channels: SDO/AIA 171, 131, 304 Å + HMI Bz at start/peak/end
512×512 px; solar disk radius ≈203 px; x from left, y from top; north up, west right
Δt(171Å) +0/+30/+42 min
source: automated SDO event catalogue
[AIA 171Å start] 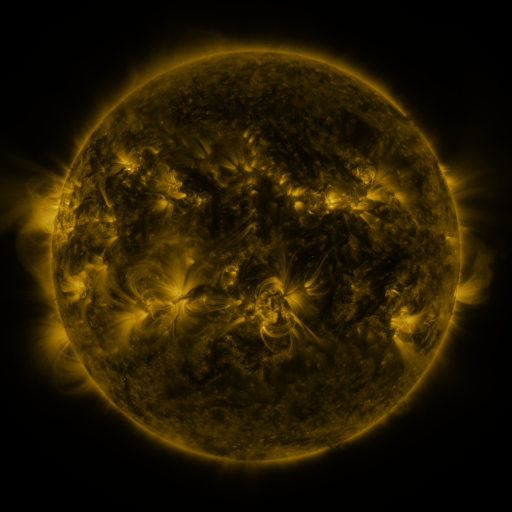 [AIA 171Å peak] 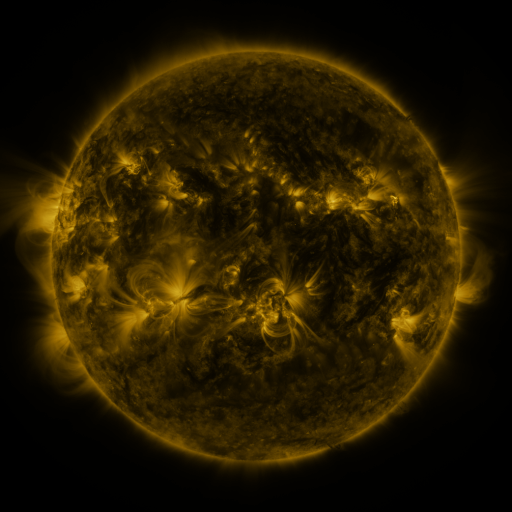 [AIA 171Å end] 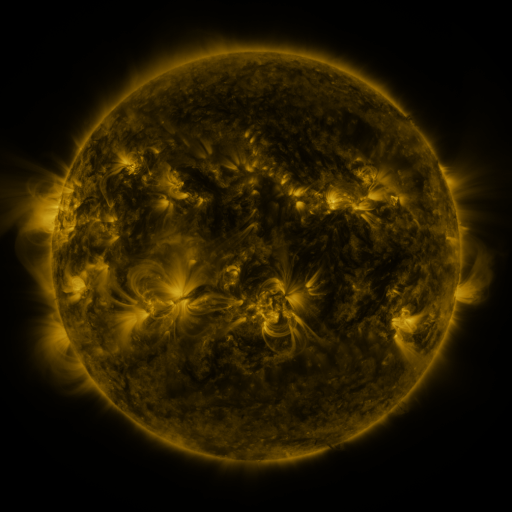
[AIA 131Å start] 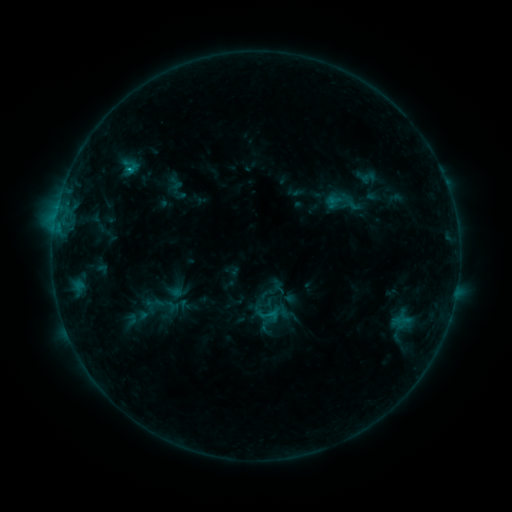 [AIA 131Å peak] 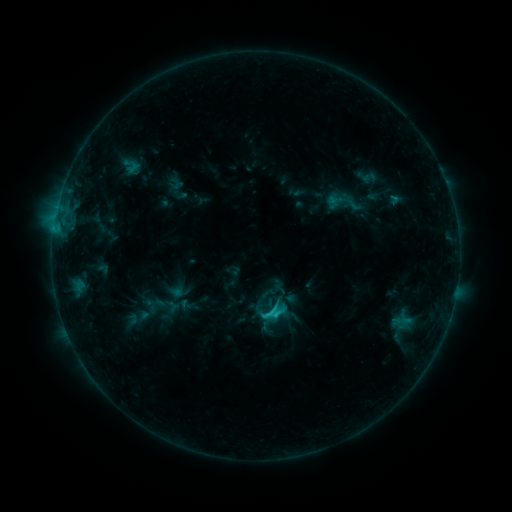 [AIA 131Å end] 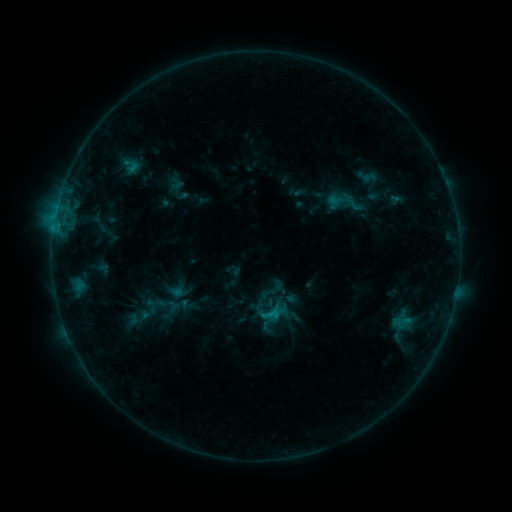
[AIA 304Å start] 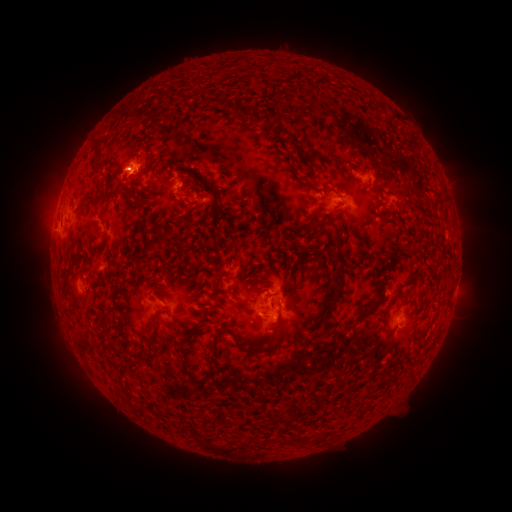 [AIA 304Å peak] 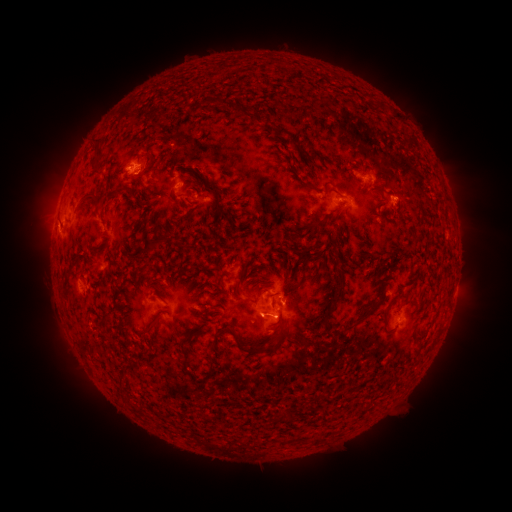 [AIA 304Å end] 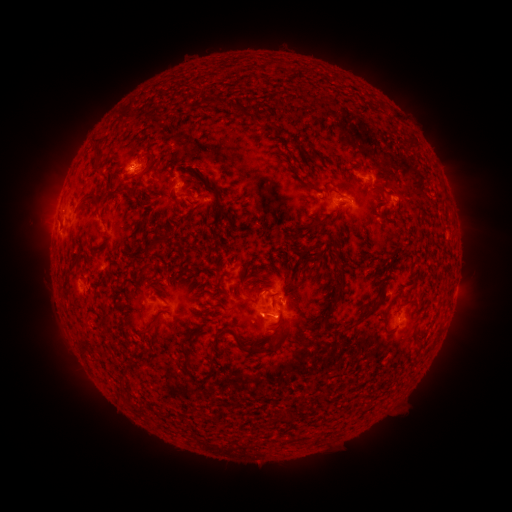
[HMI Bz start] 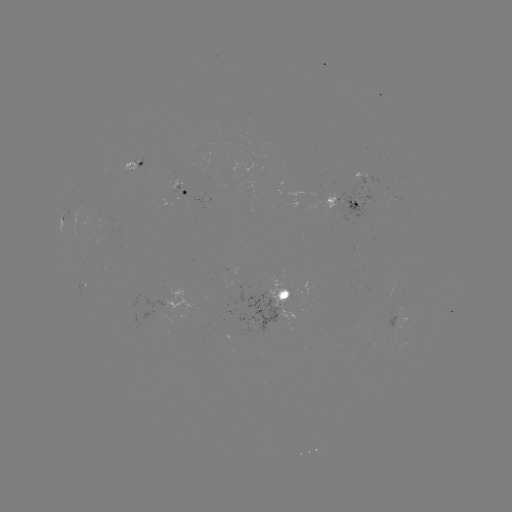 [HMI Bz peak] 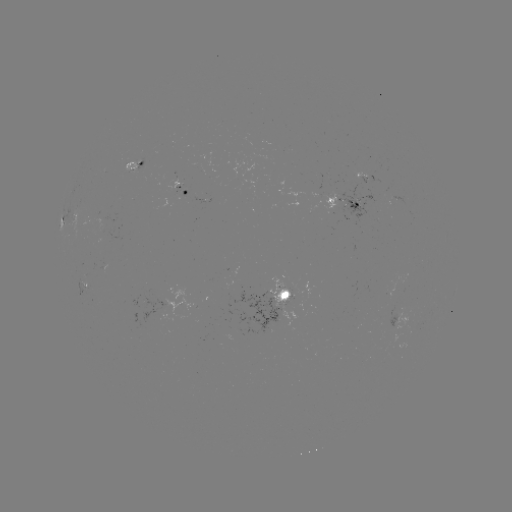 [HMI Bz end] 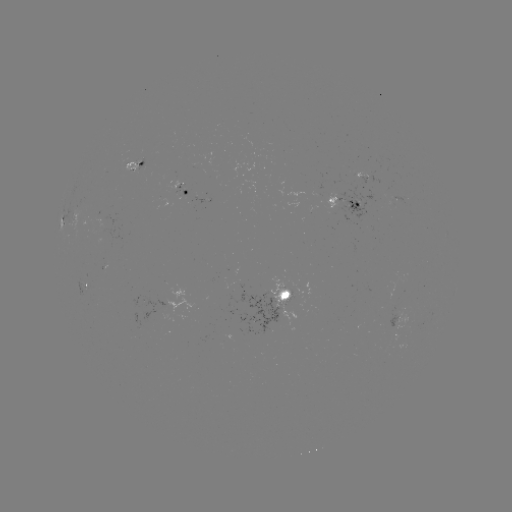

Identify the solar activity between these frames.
C1.7 flare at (275, 311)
